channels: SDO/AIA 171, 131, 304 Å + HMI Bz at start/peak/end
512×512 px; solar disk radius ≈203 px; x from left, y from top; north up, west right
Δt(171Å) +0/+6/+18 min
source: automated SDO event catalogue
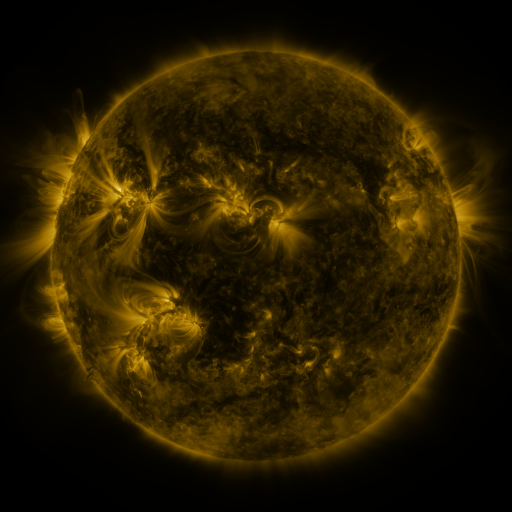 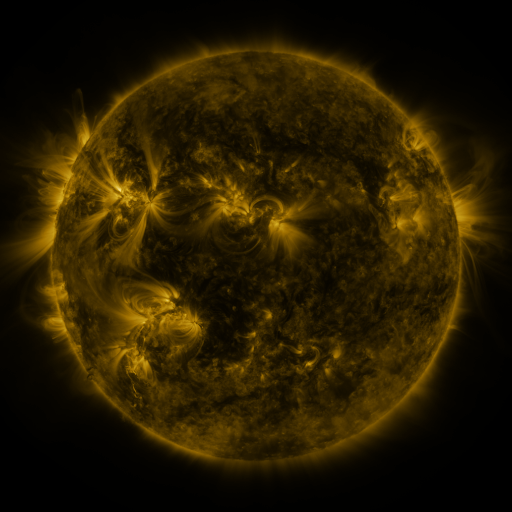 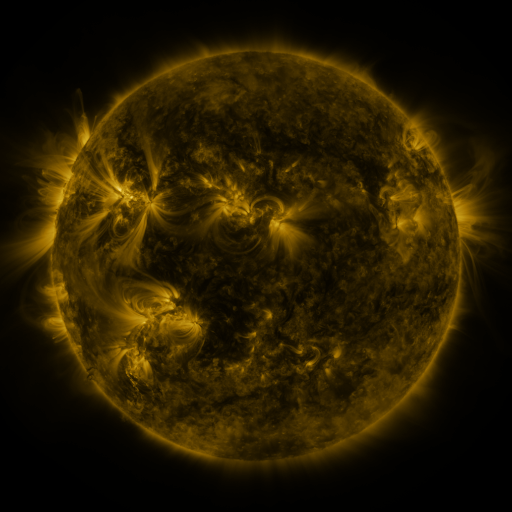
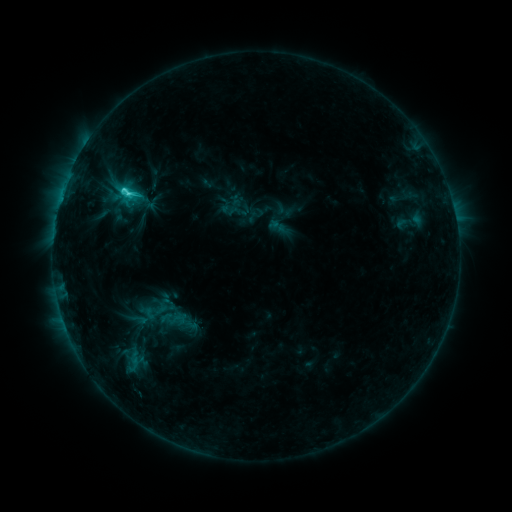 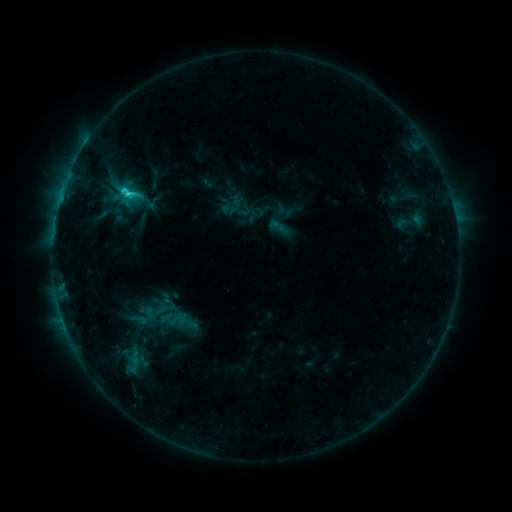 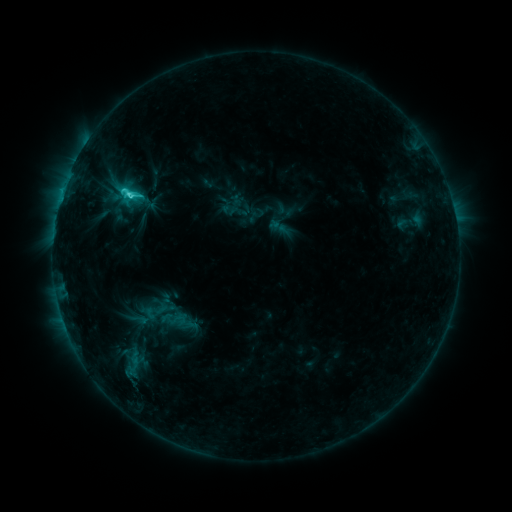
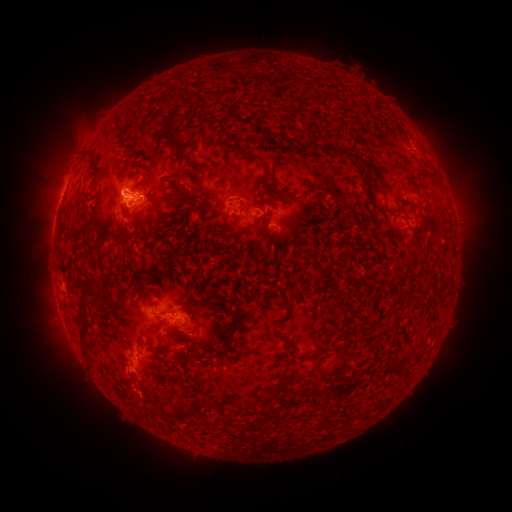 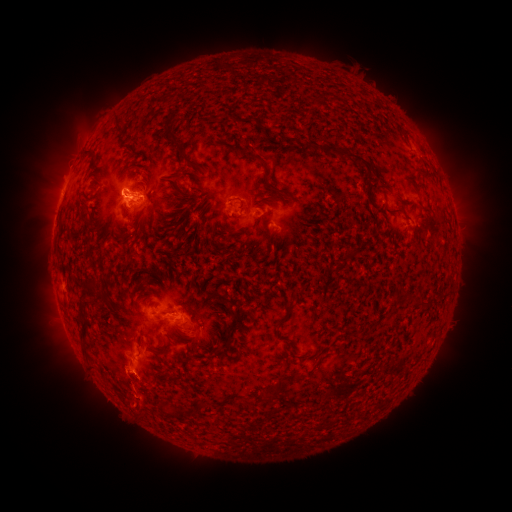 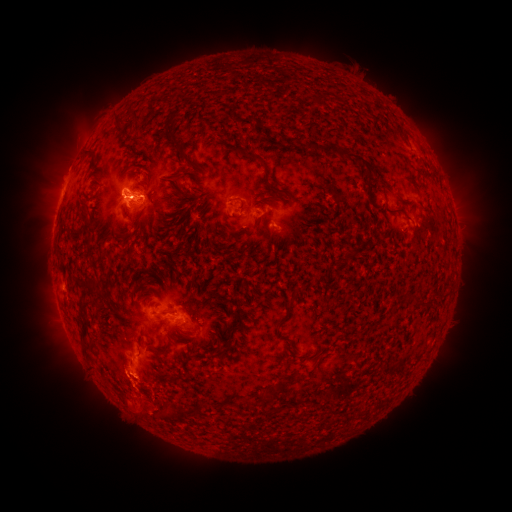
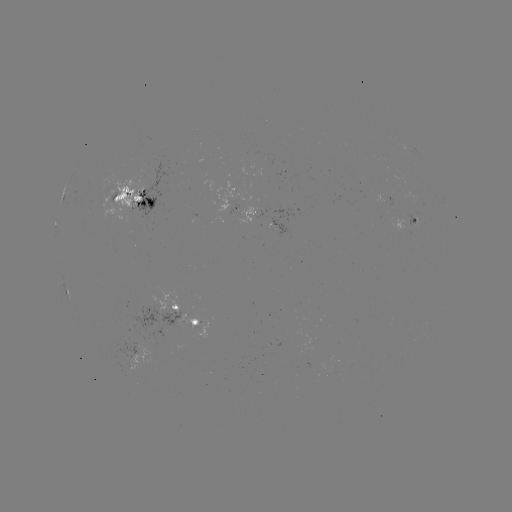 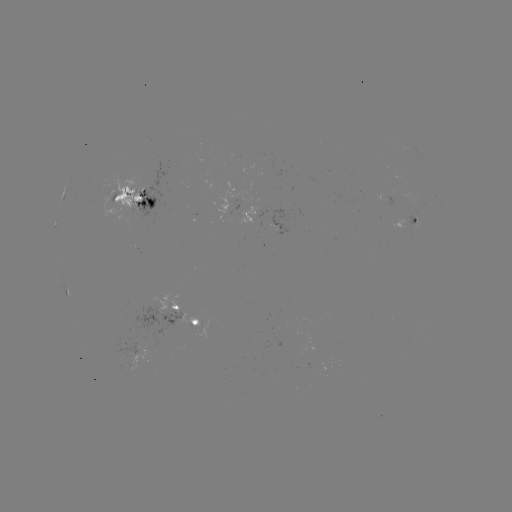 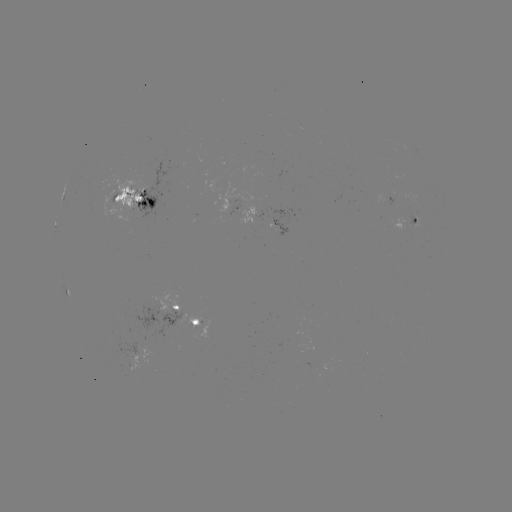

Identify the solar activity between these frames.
eruption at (140, 404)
